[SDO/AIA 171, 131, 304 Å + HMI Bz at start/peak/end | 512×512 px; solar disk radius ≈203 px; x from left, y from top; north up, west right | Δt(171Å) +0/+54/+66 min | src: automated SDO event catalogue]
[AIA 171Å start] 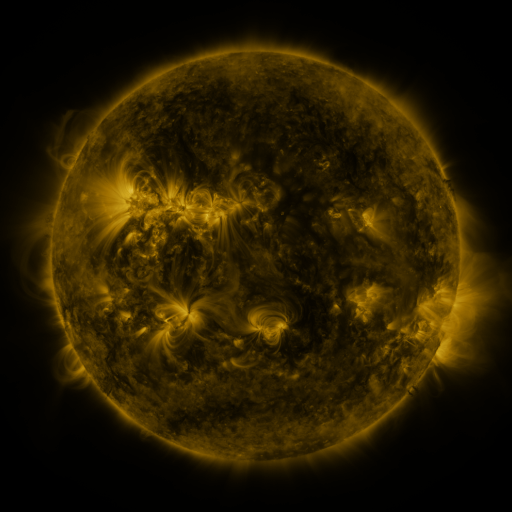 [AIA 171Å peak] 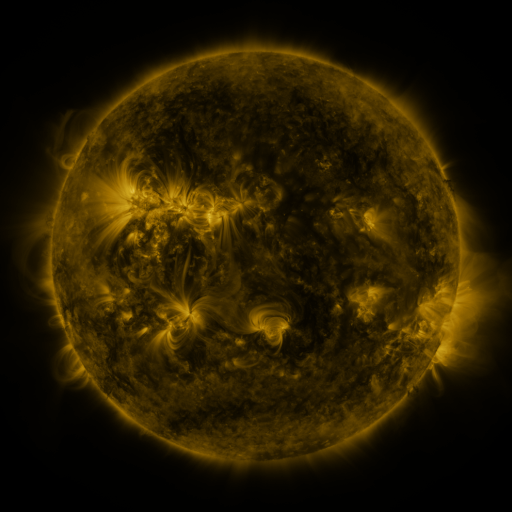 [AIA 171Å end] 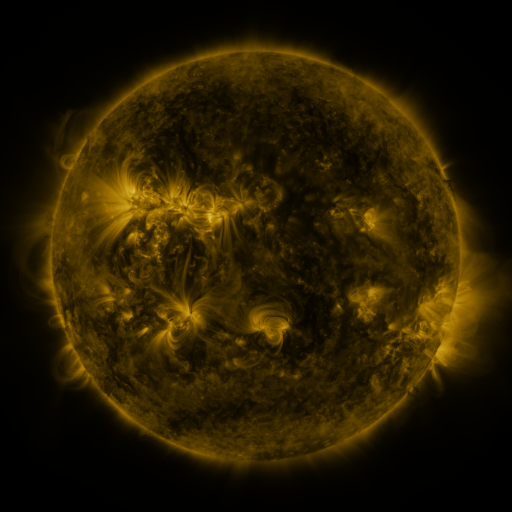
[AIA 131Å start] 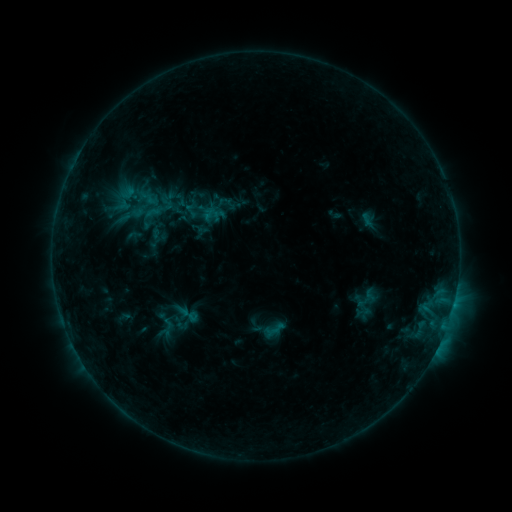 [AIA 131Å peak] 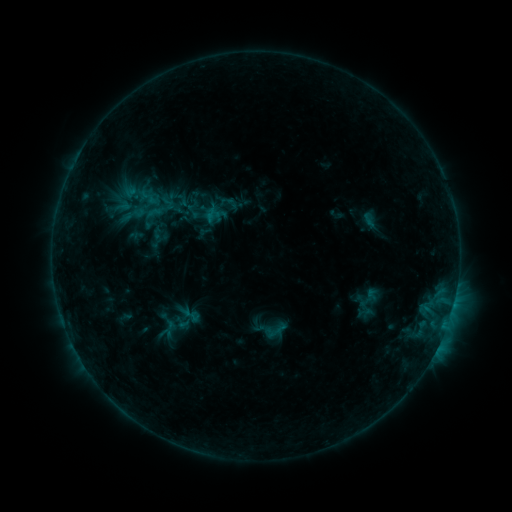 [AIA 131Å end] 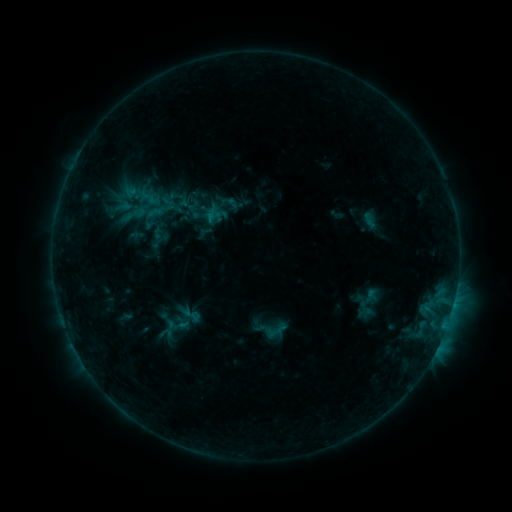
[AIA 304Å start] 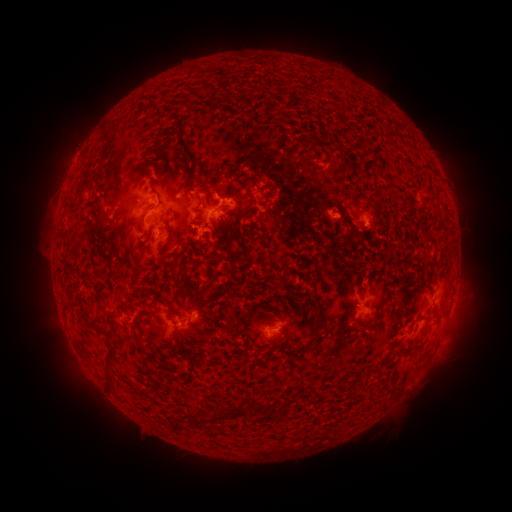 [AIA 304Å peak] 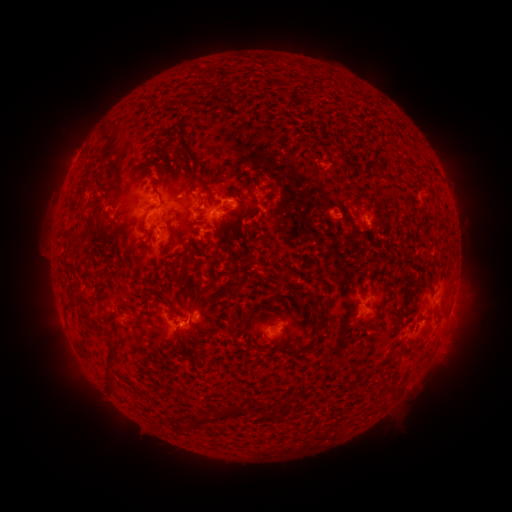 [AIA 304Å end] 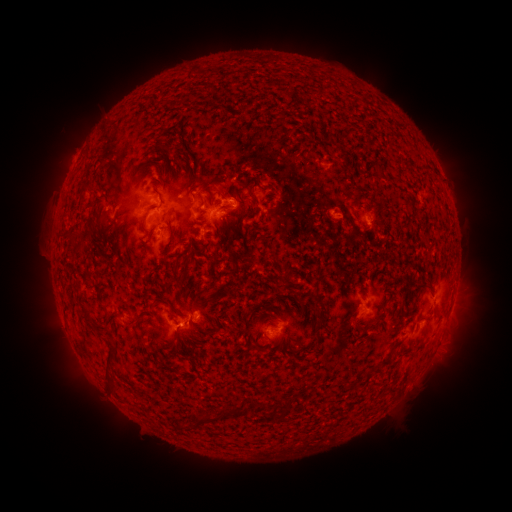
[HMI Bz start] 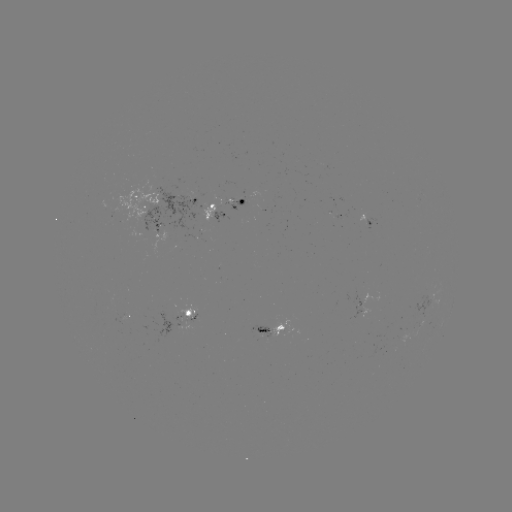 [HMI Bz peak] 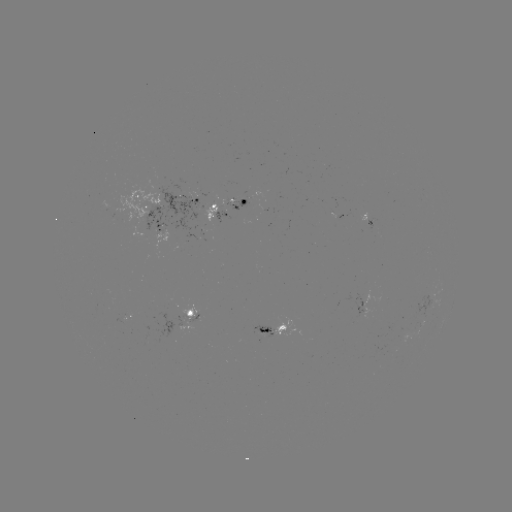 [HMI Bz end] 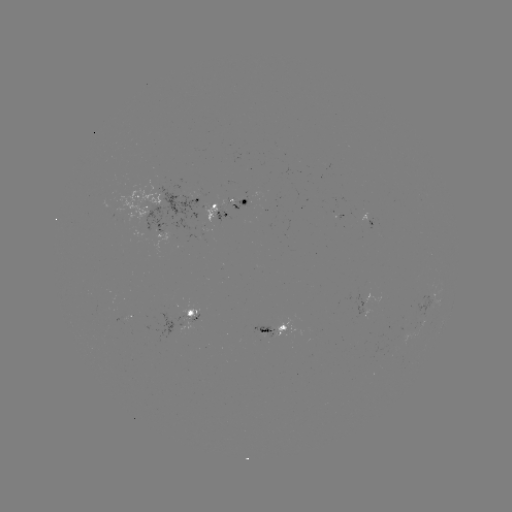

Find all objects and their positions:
emerging-flux region: (269, 332)
